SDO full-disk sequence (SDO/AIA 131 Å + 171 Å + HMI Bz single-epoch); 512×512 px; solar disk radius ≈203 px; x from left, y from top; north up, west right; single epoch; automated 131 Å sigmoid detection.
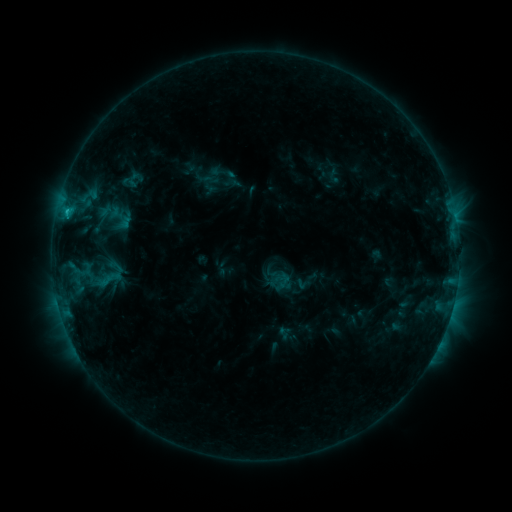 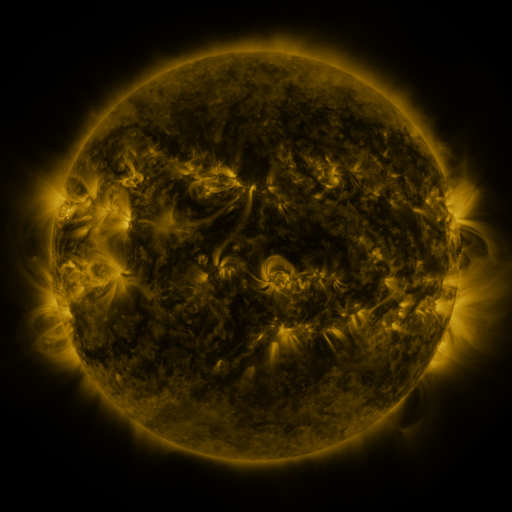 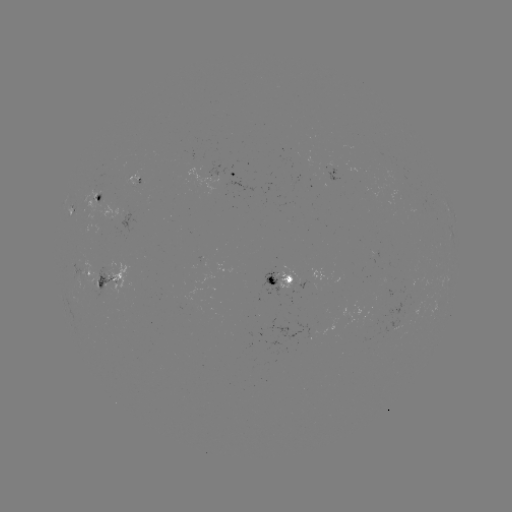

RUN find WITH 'sigmoid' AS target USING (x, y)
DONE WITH (107, 279) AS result